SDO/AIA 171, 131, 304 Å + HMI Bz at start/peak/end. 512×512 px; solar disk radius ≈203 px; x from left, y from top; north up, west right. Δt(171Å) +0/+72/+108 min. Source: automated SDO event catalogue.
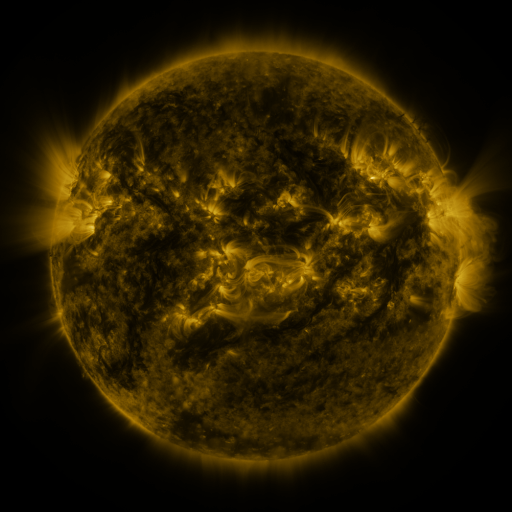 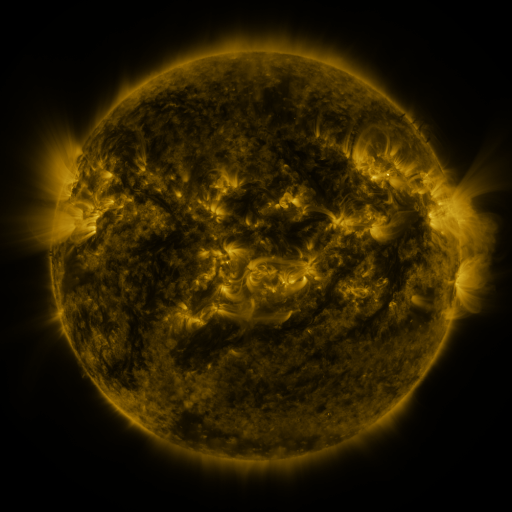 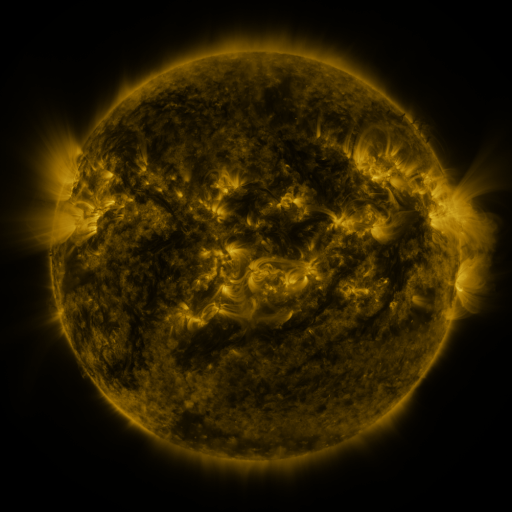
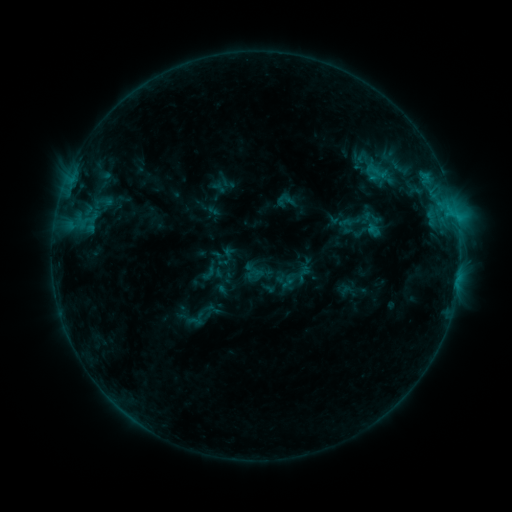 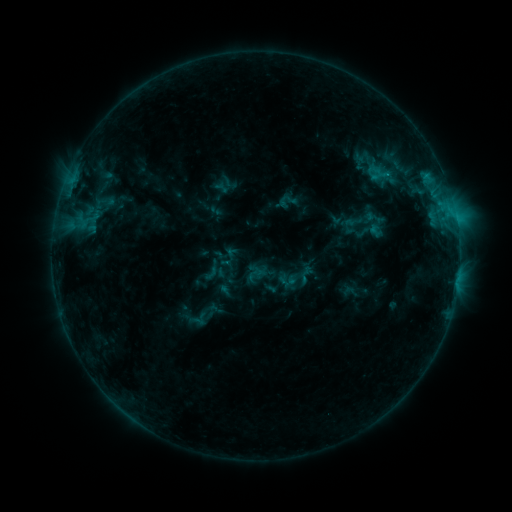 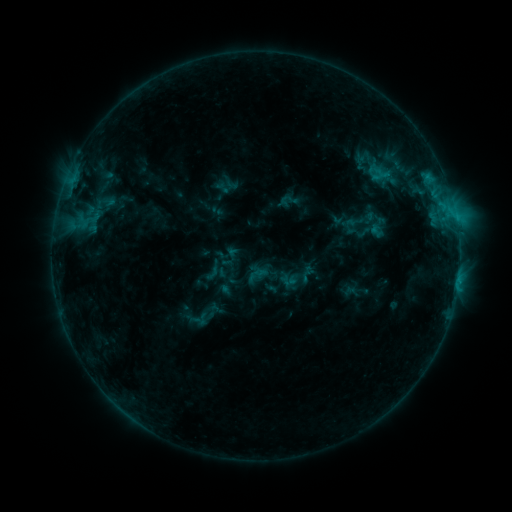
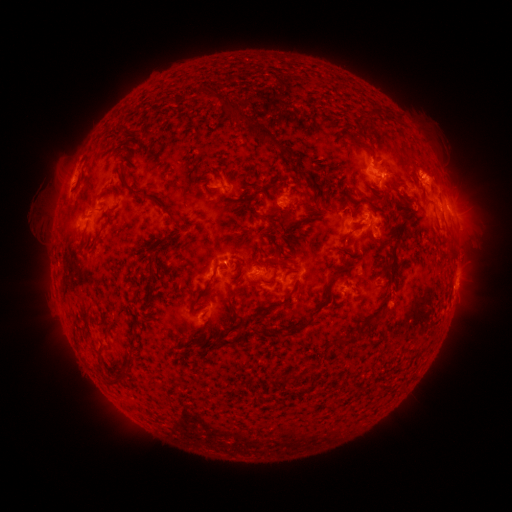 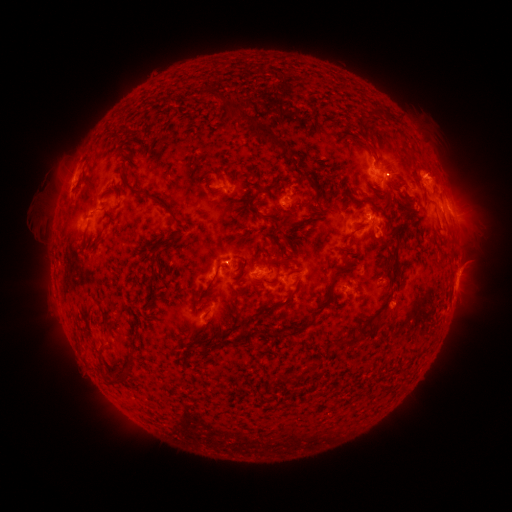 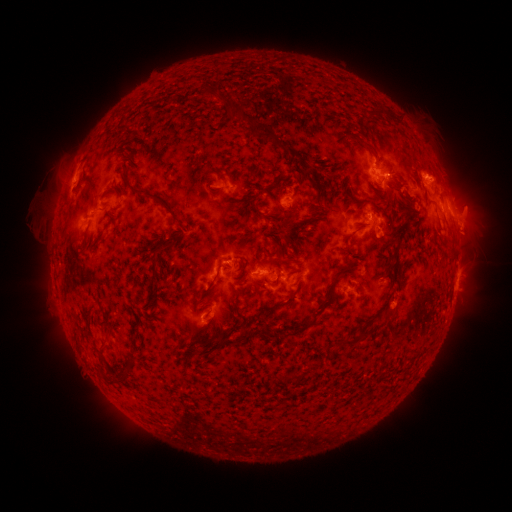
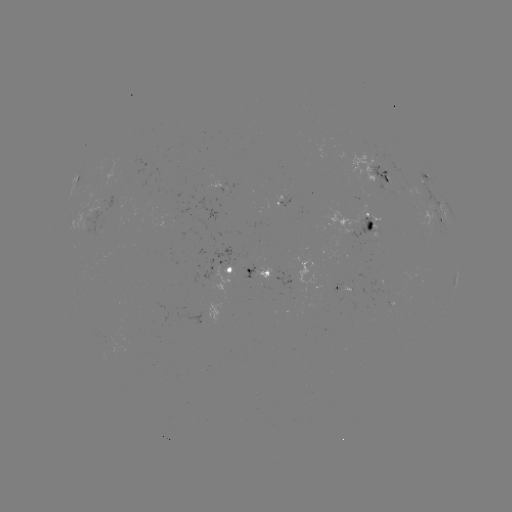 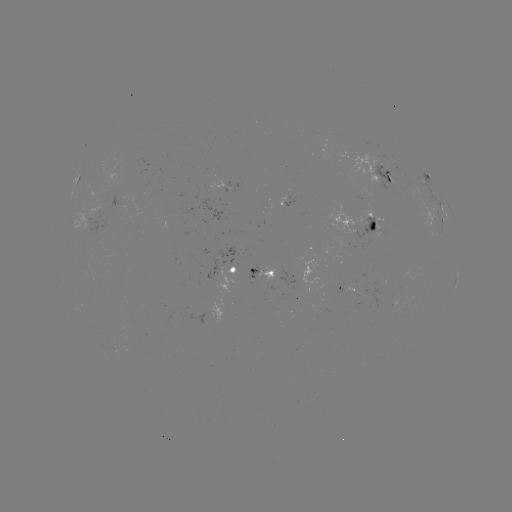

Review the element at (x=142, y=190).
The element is emerging-flux region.